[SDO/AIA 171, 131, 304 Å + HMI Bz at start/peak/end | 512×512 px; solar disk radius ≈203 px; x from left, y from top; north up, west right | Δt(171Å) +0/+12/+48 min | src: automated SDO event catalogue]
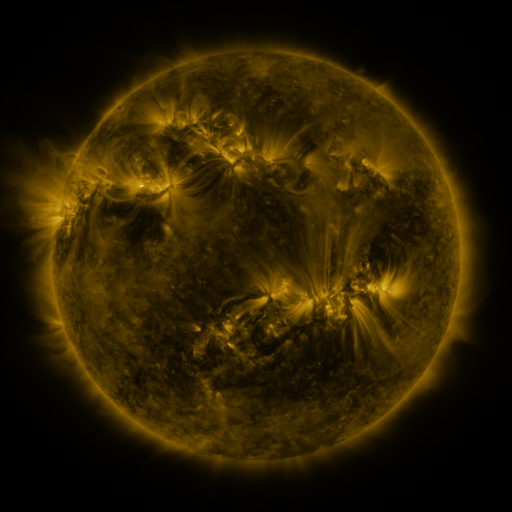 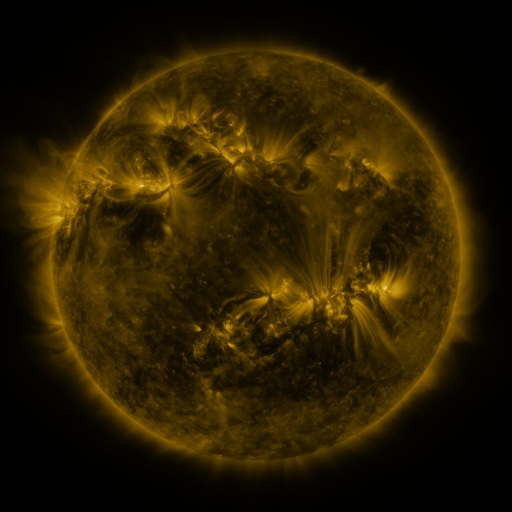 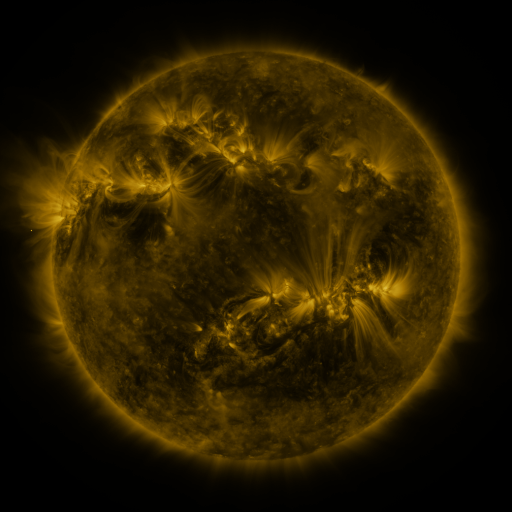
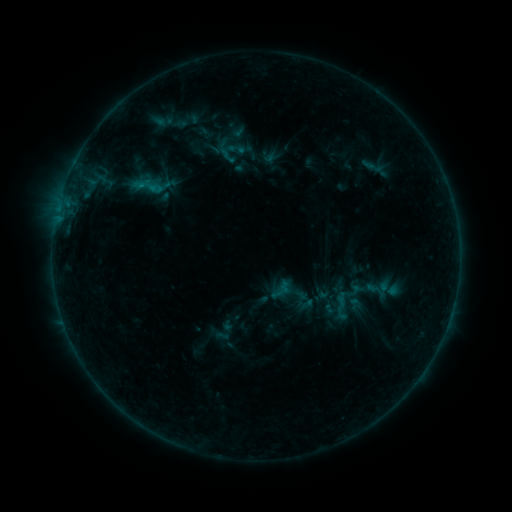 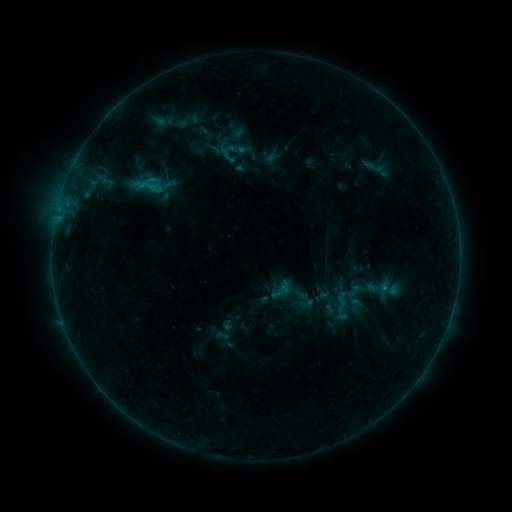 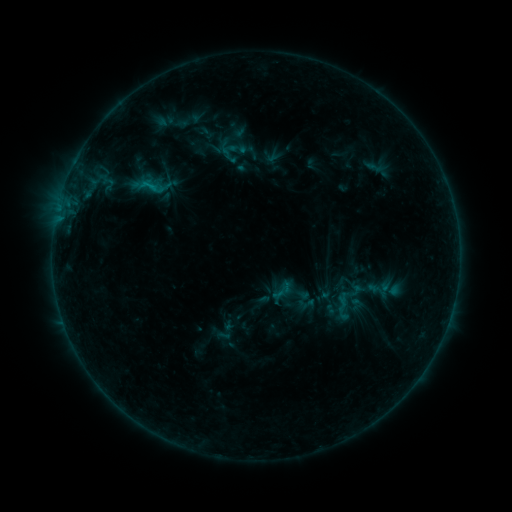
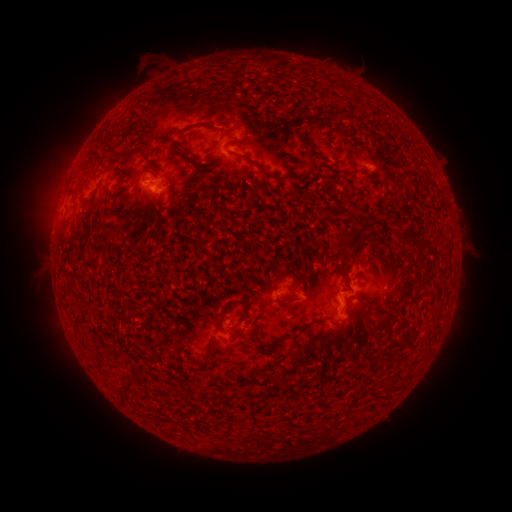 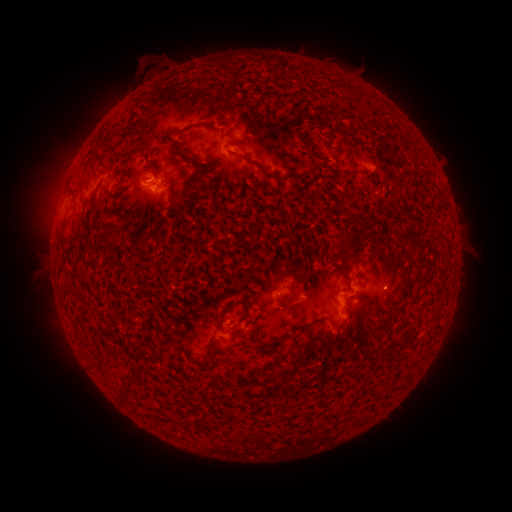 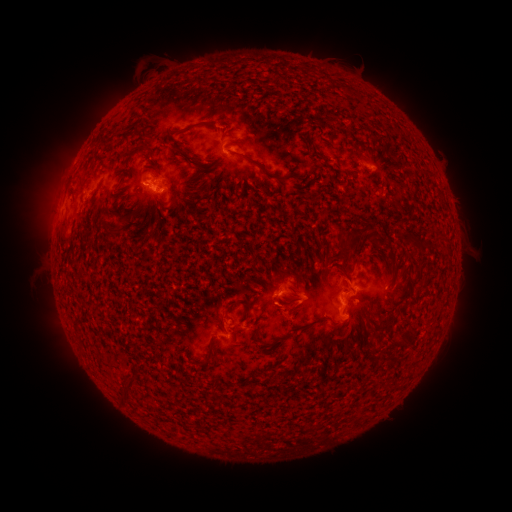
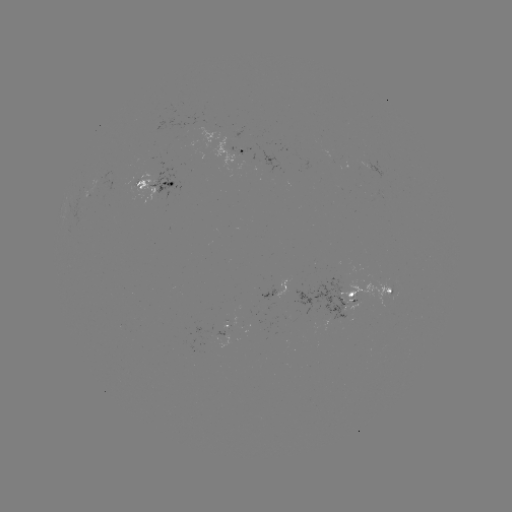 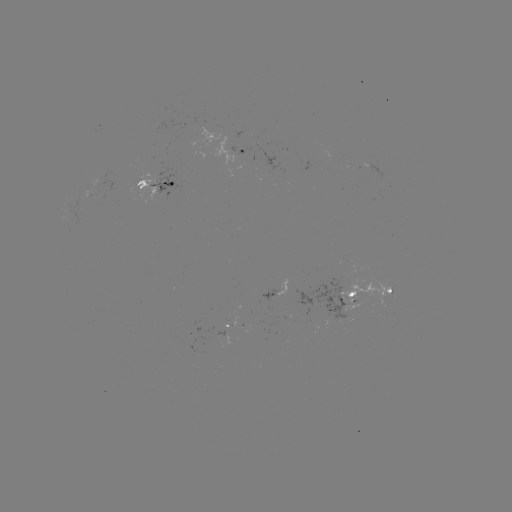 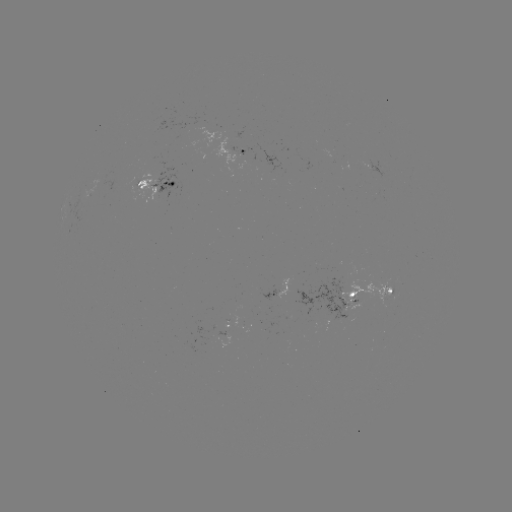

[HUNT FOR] emerging-flux region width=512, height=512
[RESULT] [354, 305]